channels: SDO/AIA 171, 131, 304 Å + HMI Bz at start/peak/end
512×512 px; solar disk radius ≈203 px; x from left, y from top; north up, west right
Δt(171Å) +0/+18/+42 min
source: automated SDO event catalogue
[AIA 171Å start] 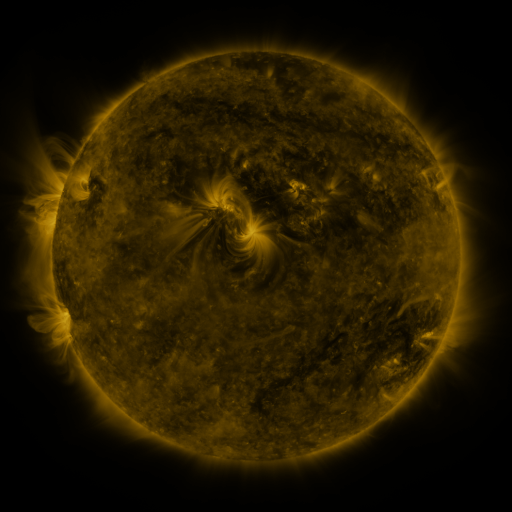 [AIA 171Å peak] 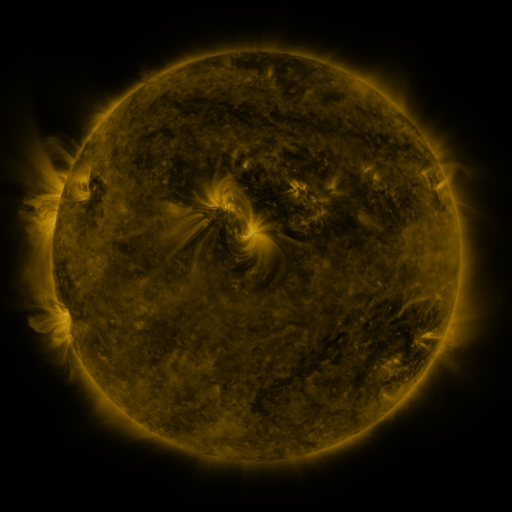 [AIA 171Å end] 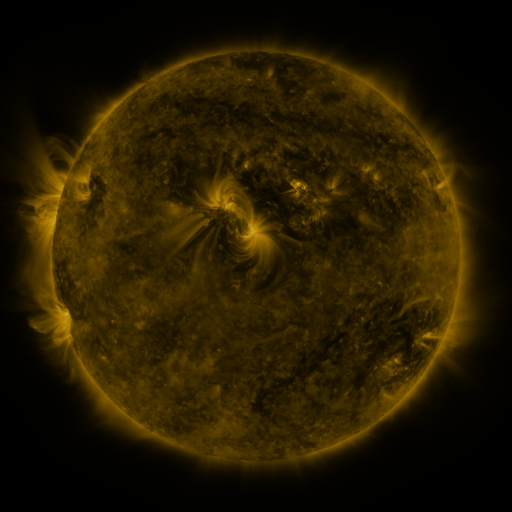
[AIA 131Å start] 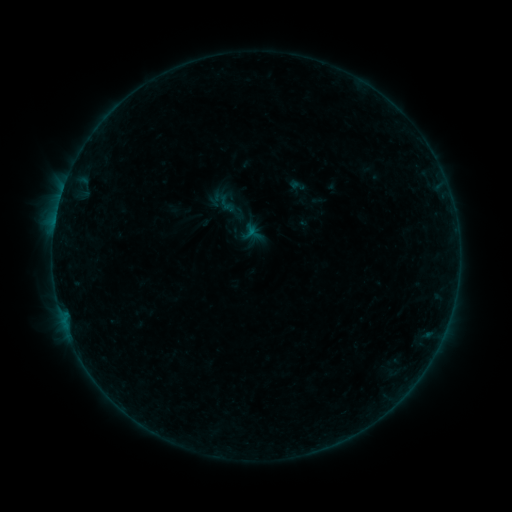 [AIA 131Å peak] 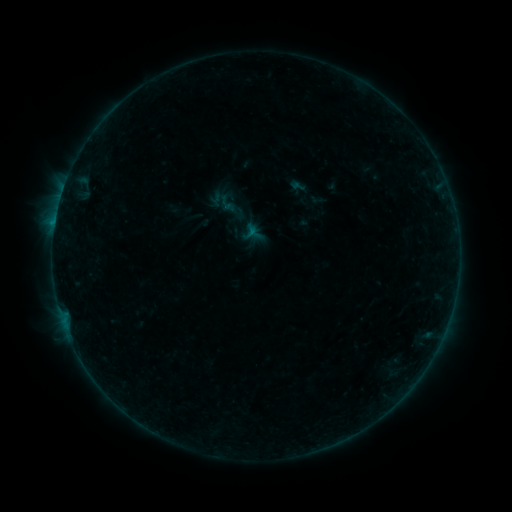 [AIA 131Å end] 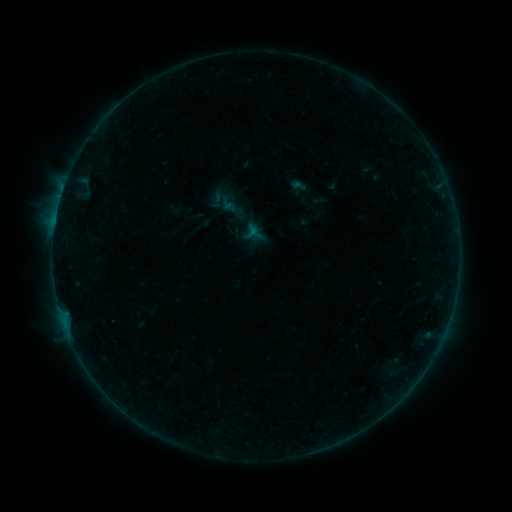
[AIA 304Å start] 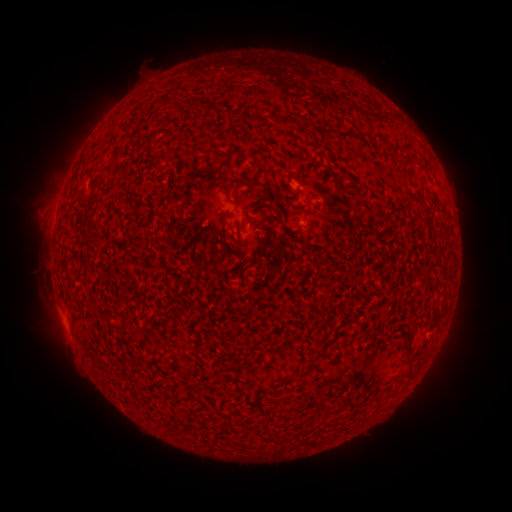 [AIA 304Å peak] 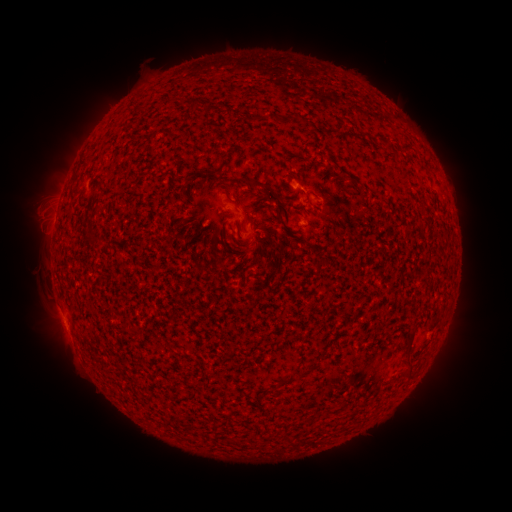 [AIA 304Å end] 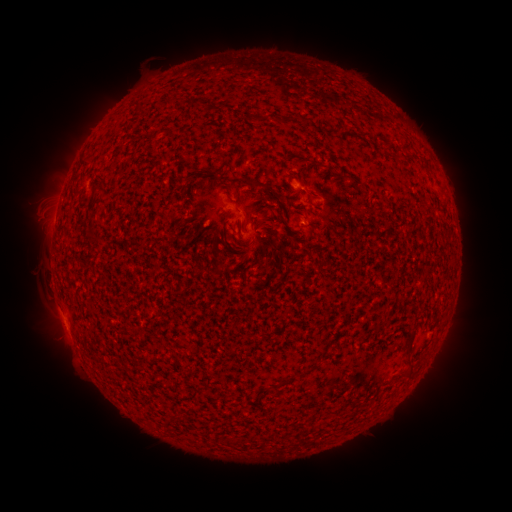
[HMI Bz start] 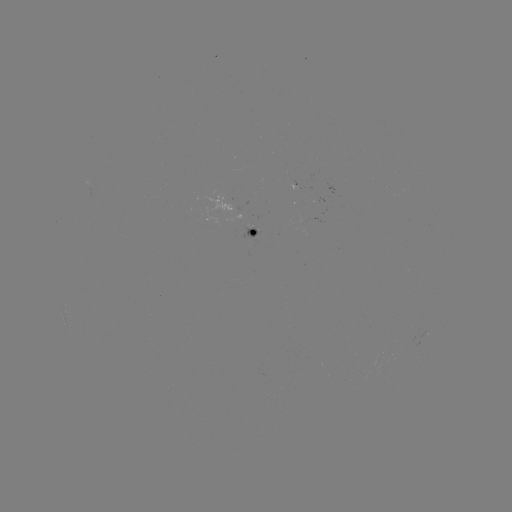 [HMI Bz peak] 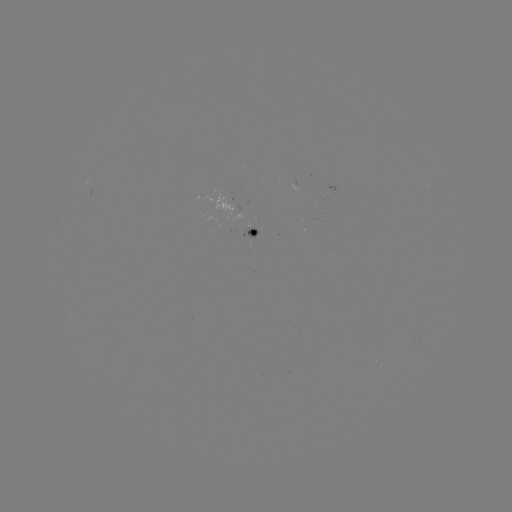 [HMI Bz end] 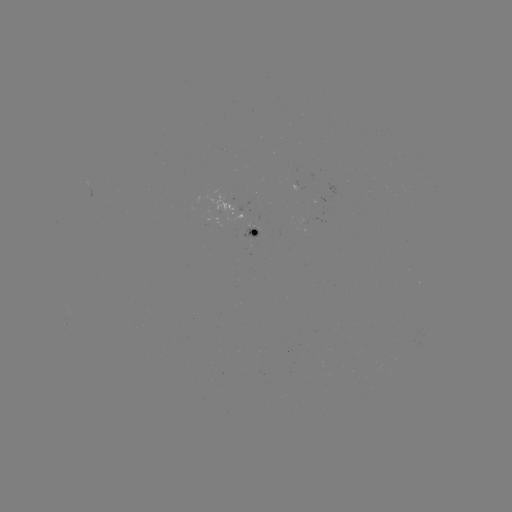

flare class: B2.0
